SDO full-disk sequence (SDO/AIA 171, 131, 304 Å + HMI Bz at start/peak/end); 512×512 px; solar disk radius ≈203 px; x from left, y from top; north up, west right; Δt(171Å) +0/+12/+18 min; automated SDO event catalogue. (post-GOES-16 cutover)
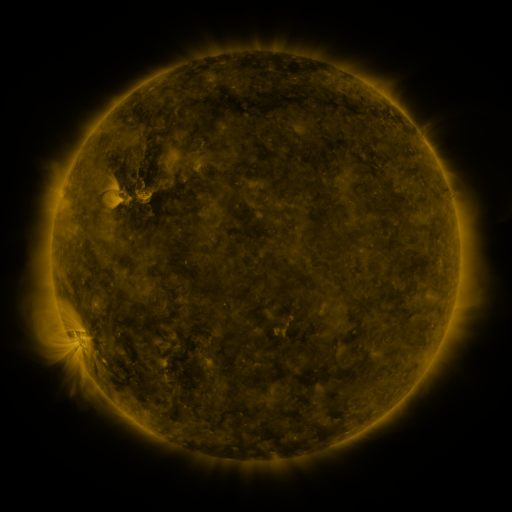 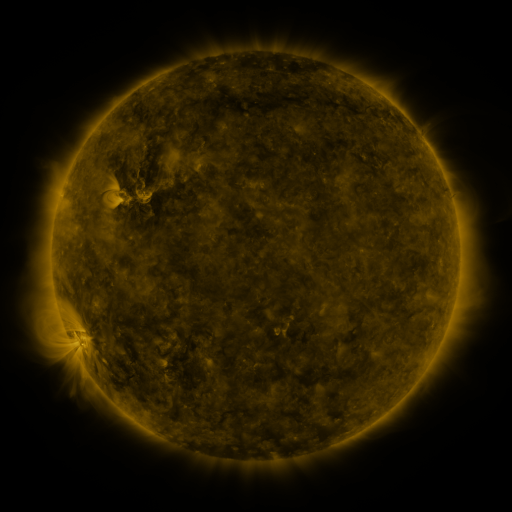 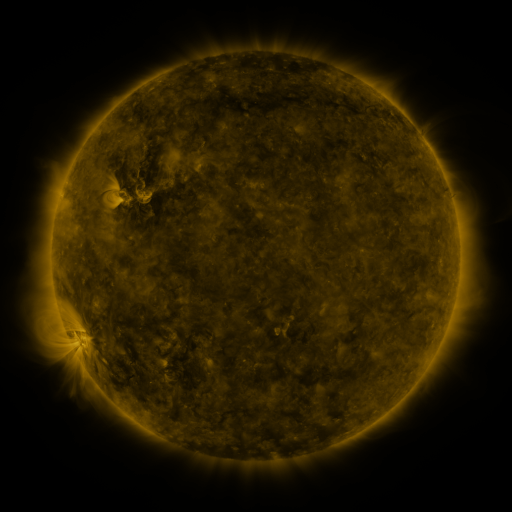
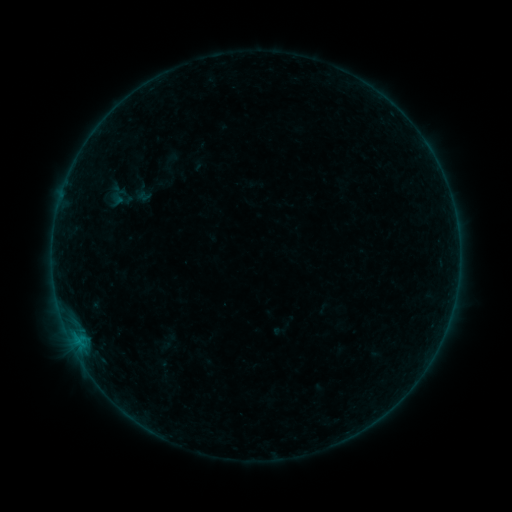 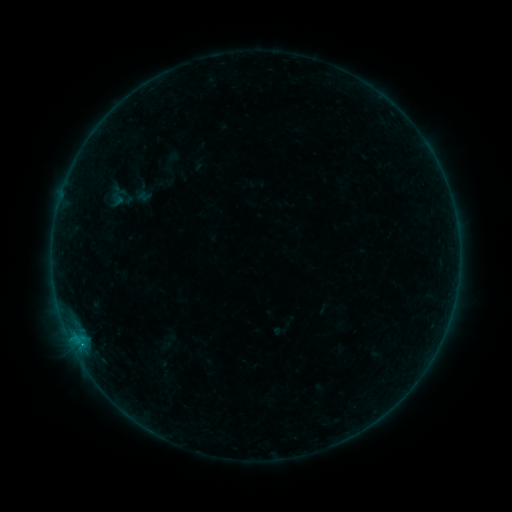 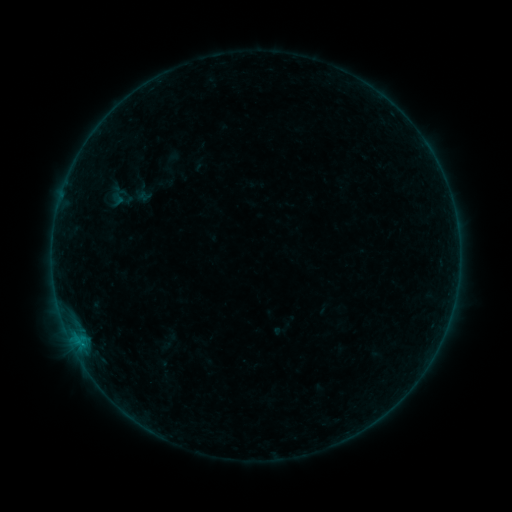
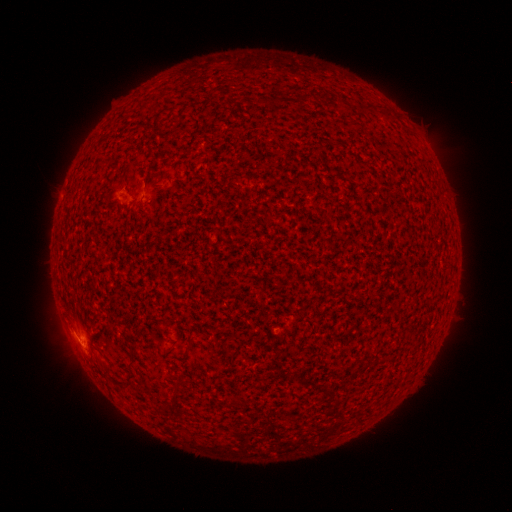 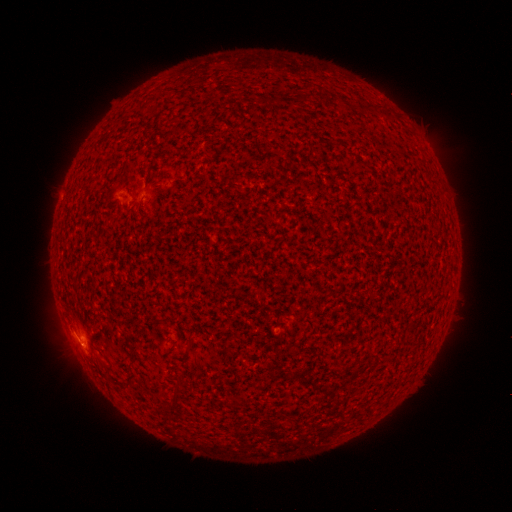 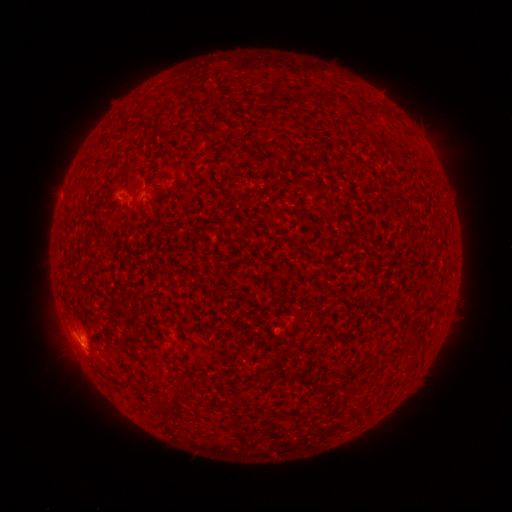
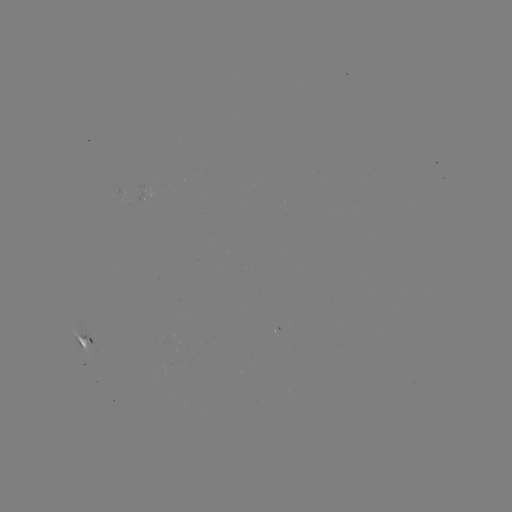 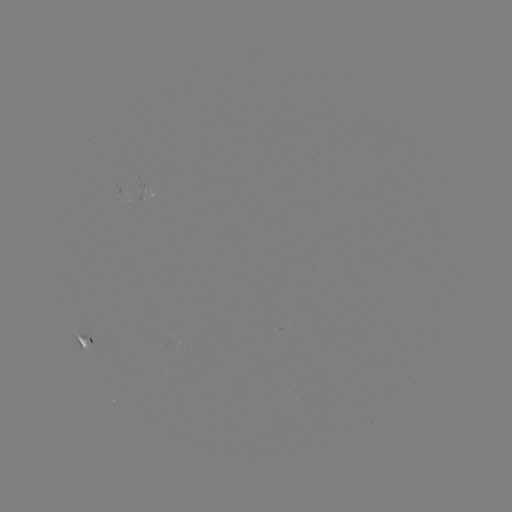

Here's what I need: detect B3.5 flare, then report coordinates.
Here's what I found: B3.5 flare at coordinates [82, 343].